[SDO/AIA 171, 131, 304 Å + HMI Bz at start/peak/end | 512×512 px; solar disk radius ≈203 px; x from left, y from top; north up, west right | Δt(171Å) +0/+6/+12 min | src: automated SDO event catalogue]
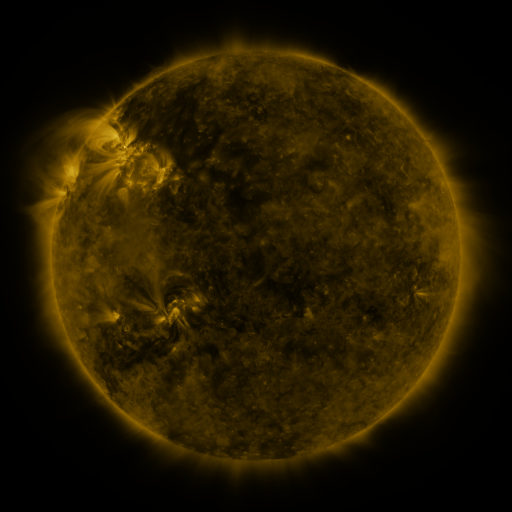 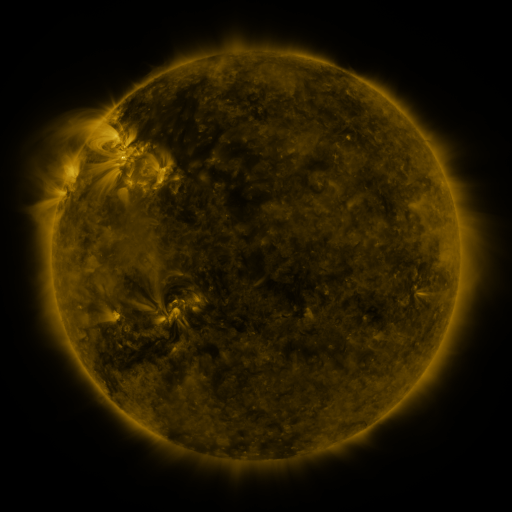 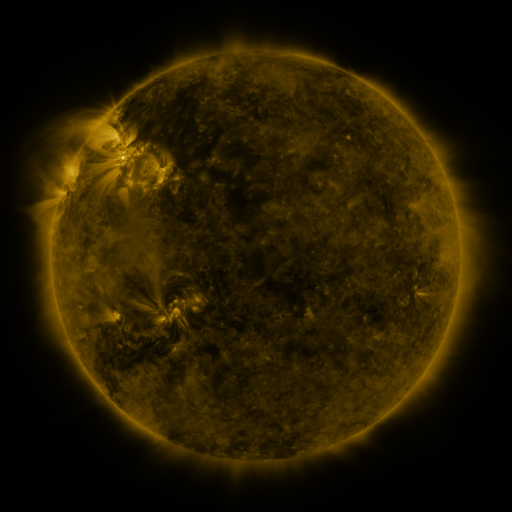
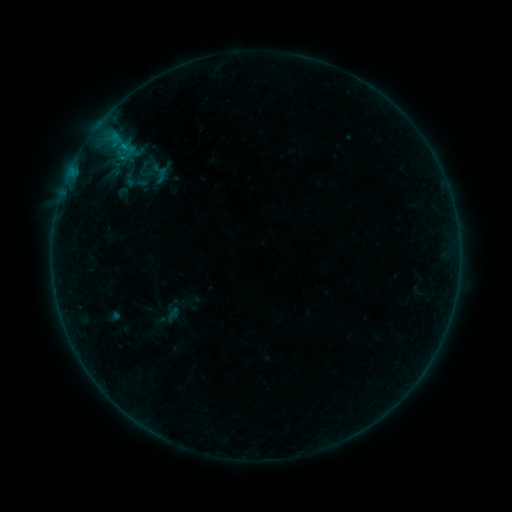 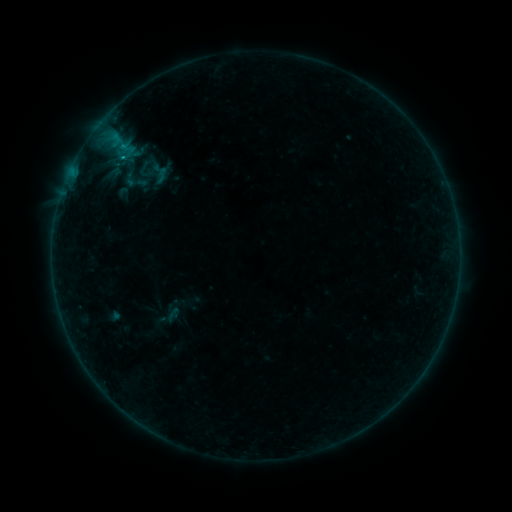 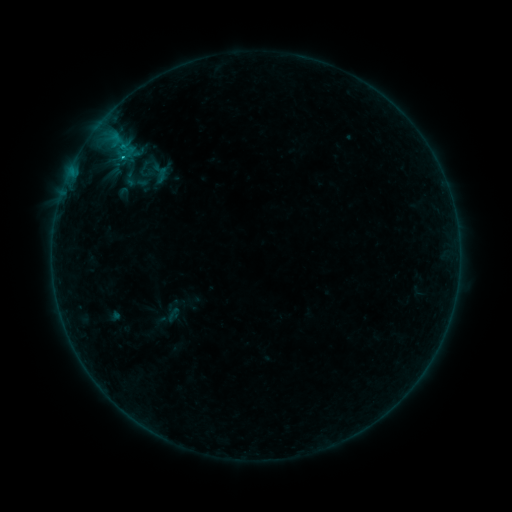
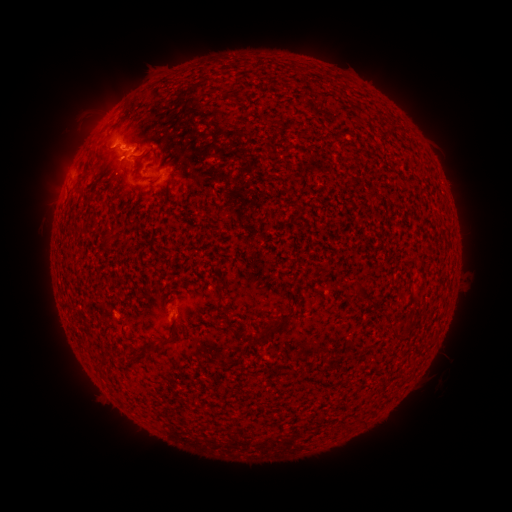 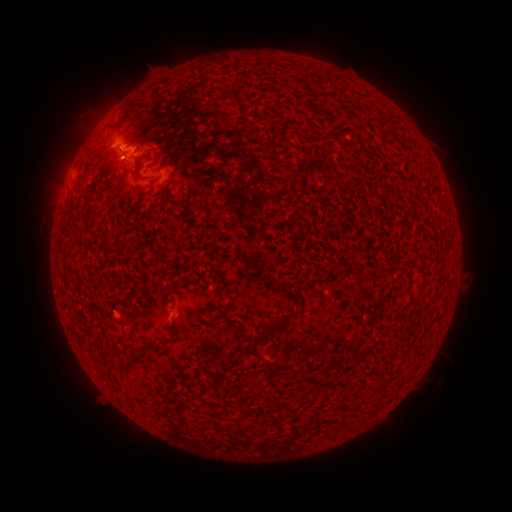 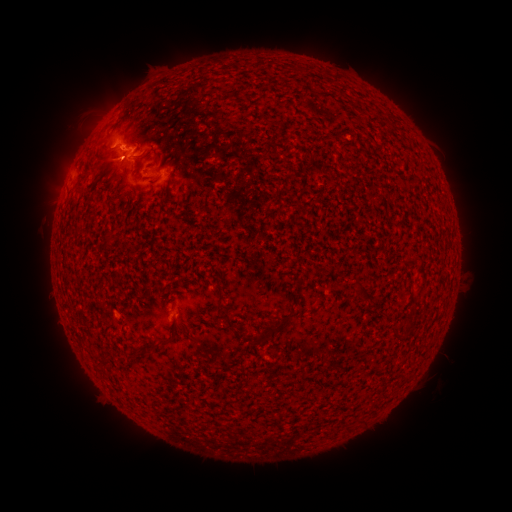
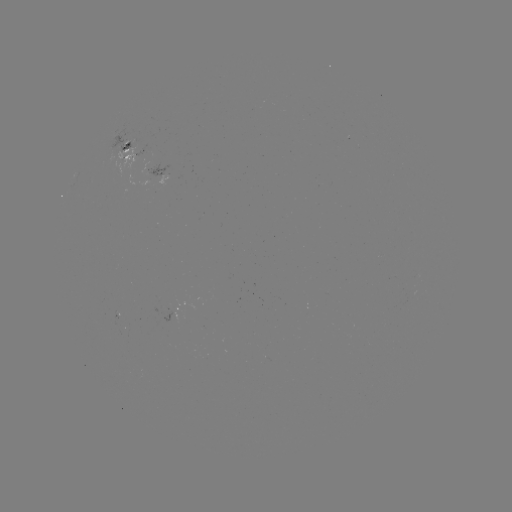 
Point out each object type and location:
C2.4 flare: (124, 157)
